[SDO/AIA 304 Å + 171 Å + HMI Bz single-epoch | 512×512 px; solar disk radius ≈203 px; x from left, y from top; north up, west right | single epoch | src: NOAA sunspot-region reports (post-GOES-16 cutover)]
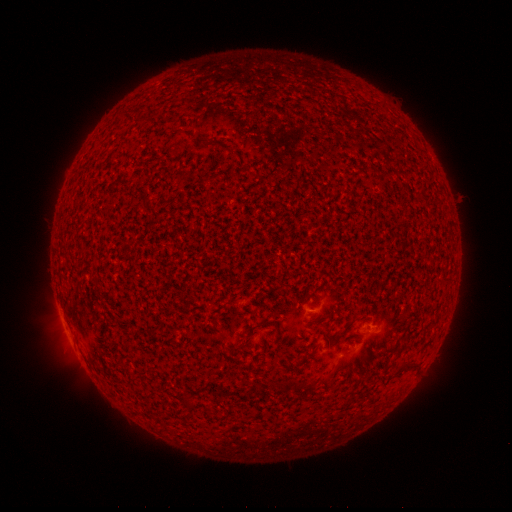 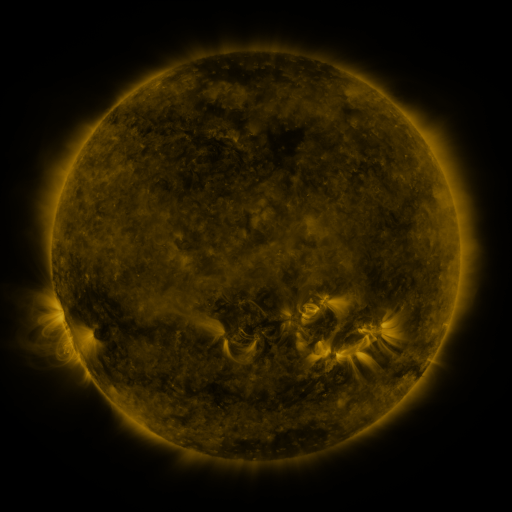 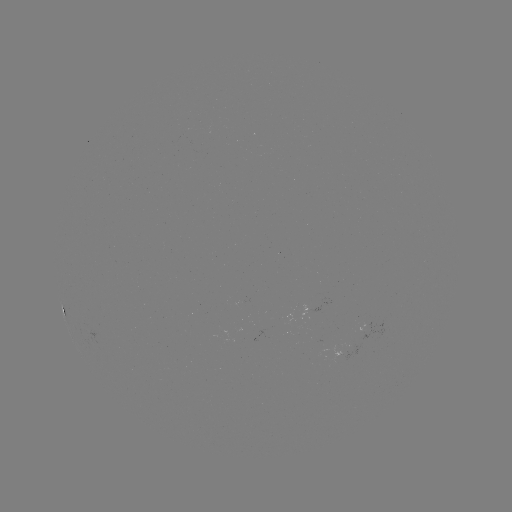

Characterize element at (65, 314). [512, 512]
spotted active region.